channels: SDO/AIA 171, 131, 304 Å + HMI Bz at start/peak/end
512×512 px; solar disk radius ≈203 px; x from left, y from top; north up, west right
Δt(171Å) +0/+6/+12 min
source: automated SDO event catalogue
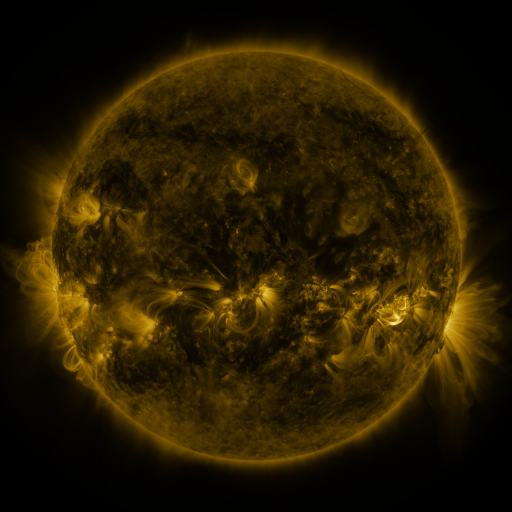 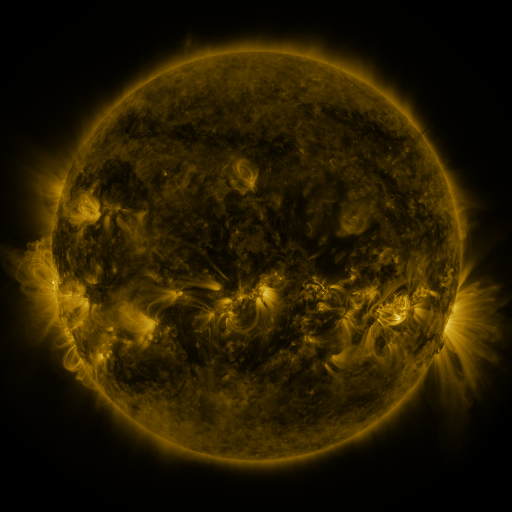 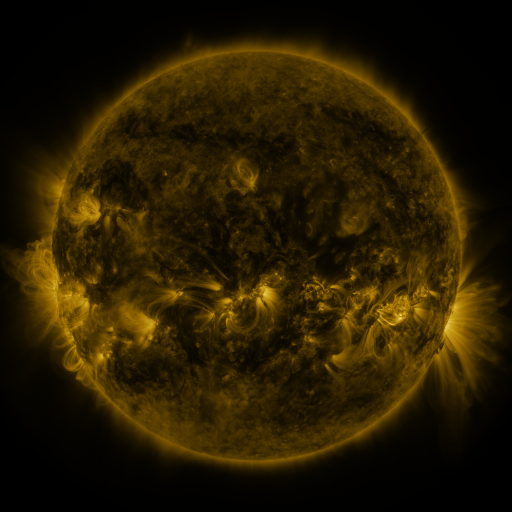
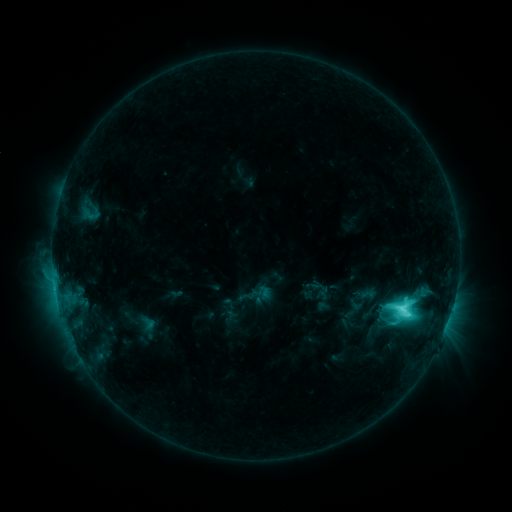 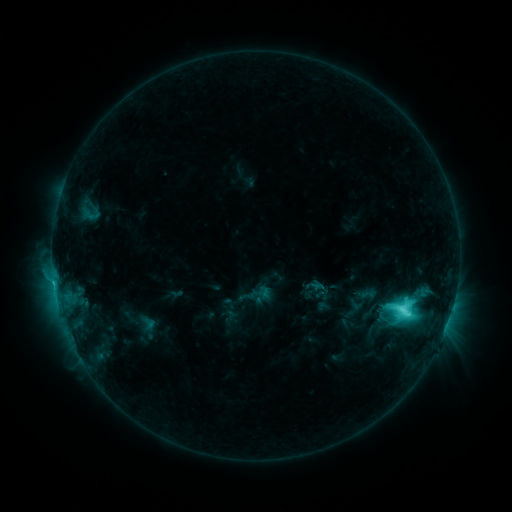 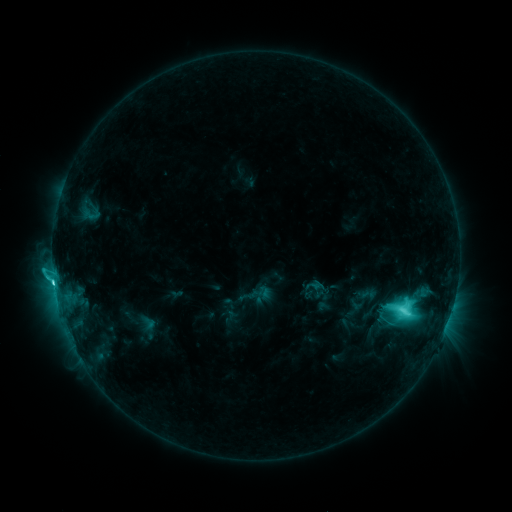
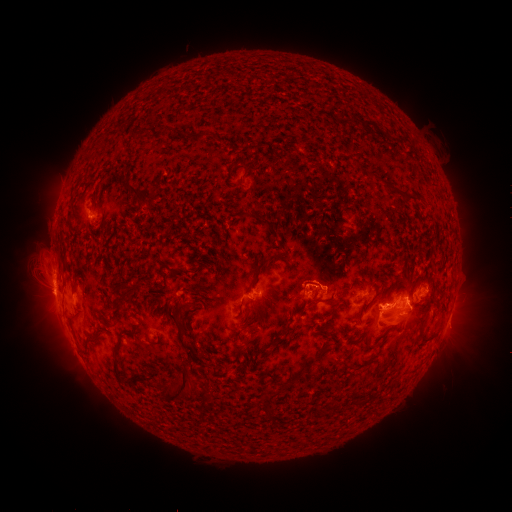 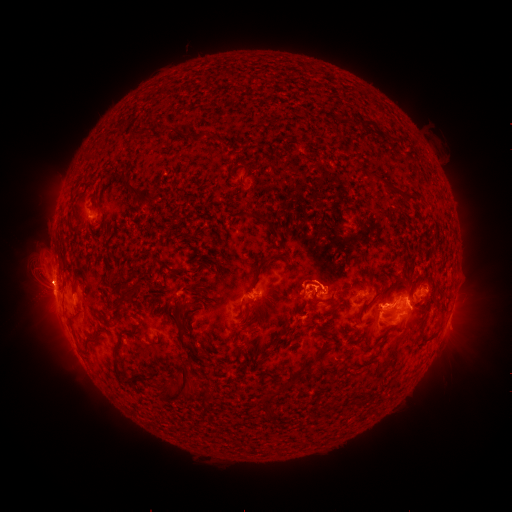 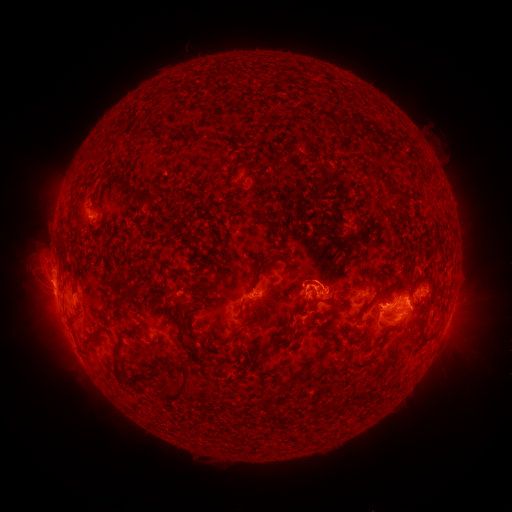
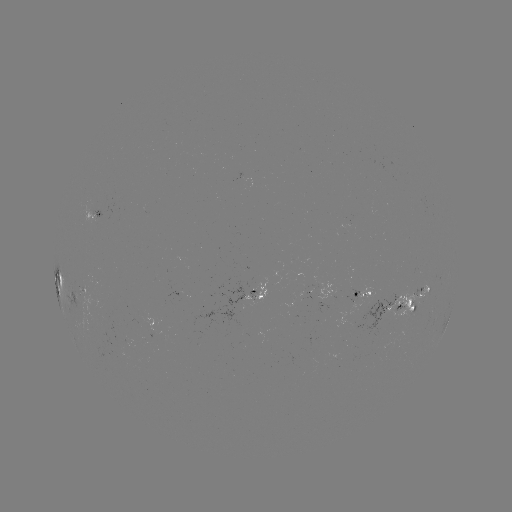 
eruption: <bbox>13, 258, 69, 309</bbox>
